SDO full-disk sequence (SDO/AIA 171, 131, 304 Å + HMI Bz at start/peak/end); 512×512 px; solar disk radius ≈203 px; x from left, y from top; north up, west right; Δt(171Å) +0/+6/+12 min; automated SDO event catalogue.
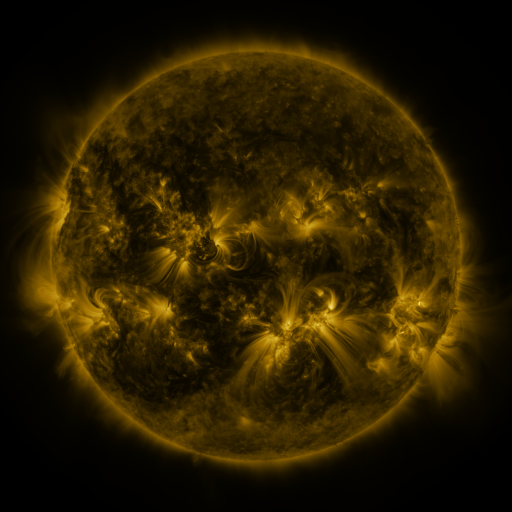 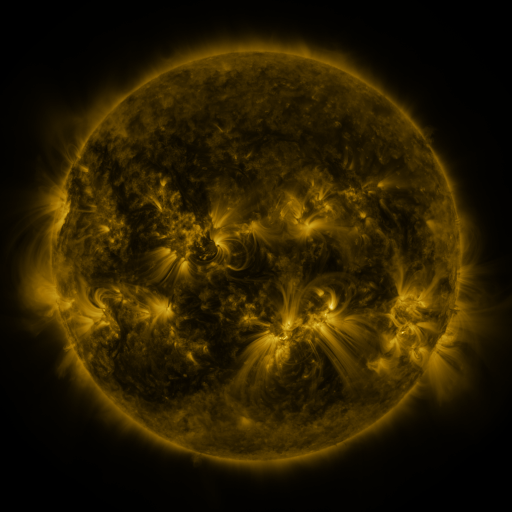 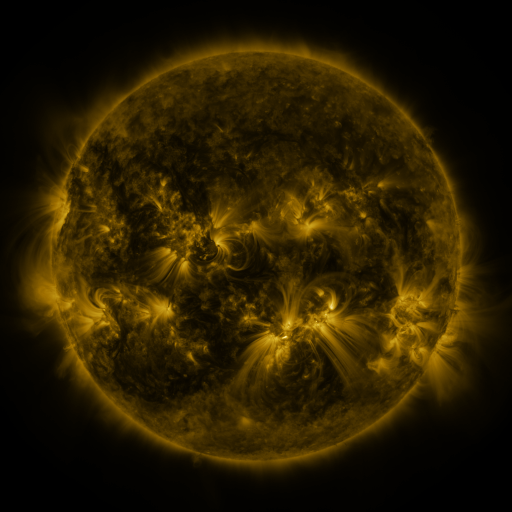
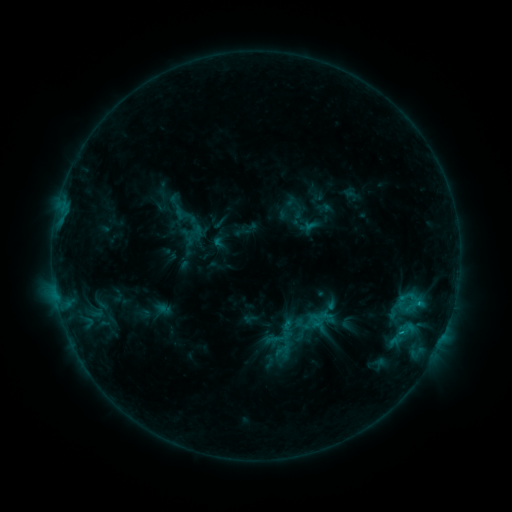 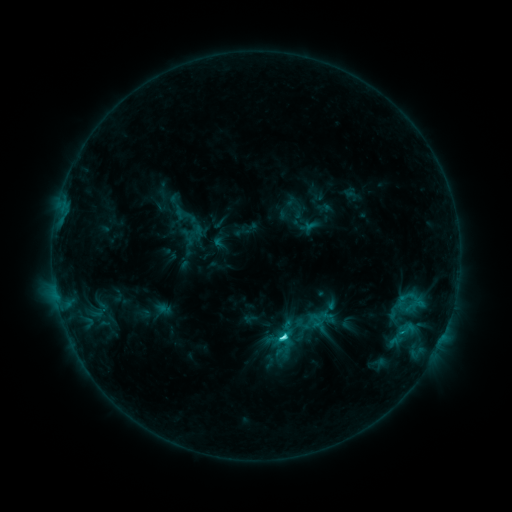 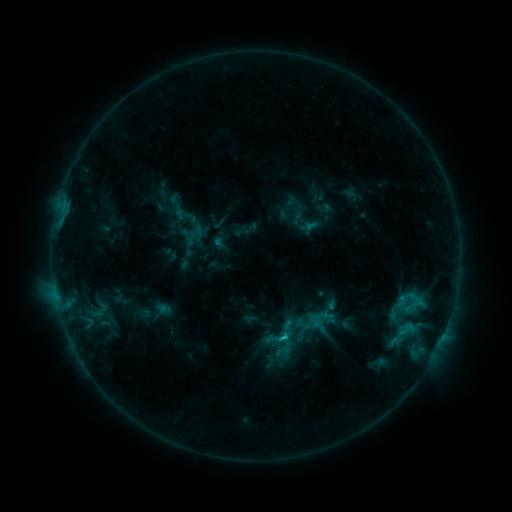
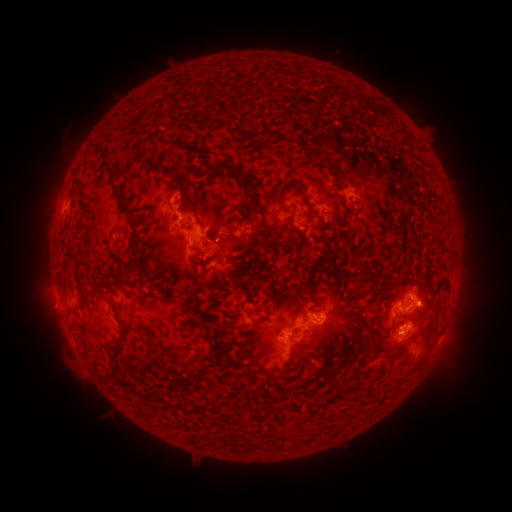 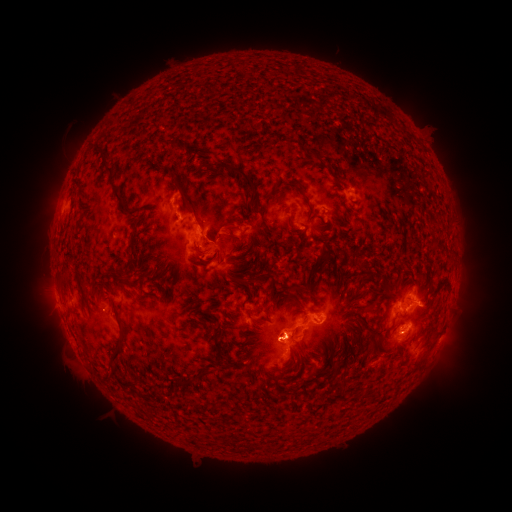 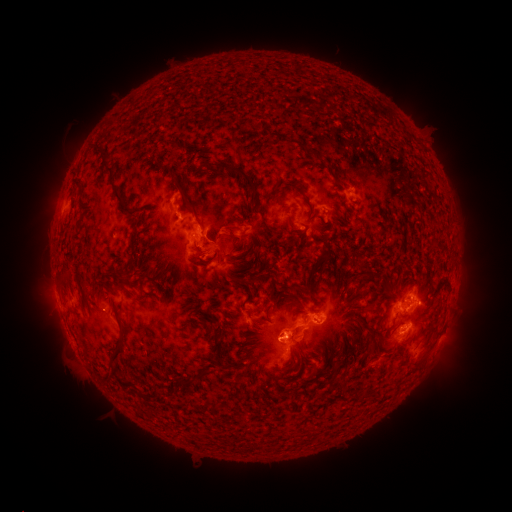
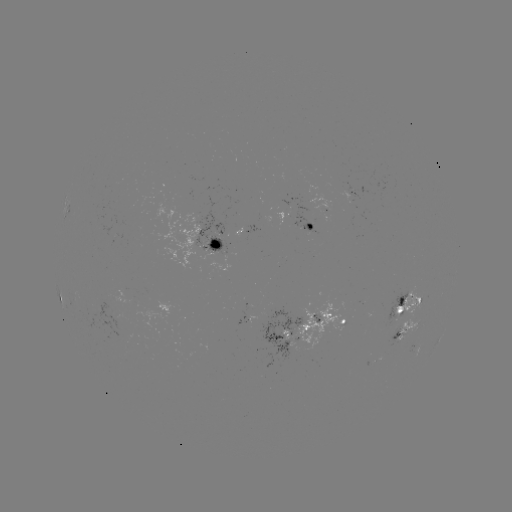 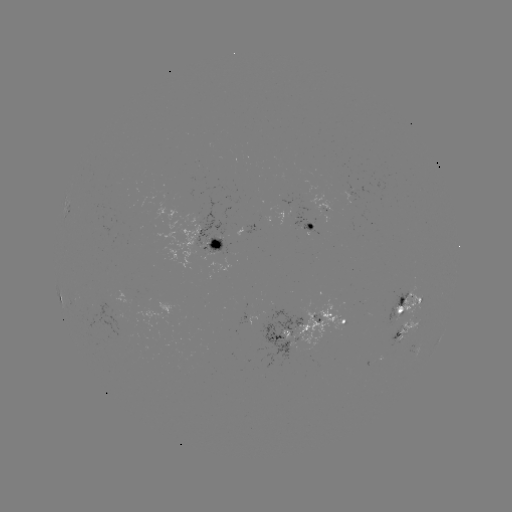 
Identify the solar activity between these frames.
C3.0 flare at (282, 337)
